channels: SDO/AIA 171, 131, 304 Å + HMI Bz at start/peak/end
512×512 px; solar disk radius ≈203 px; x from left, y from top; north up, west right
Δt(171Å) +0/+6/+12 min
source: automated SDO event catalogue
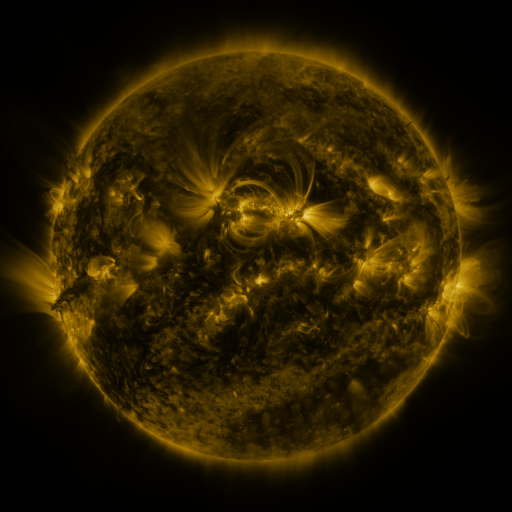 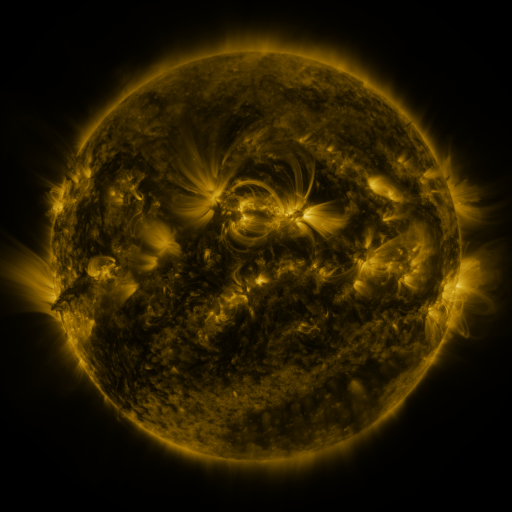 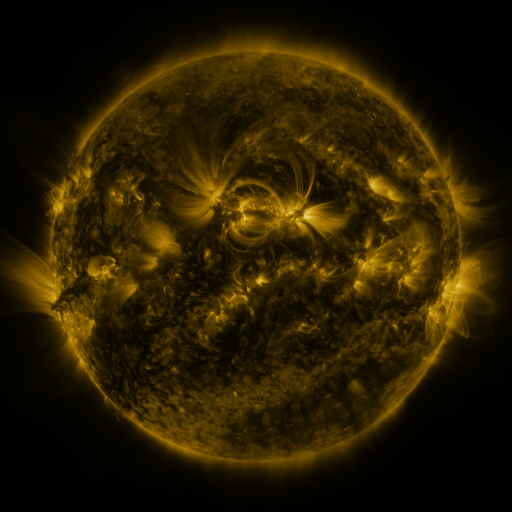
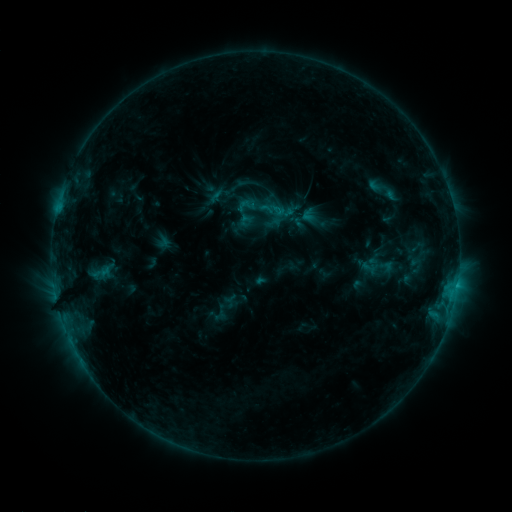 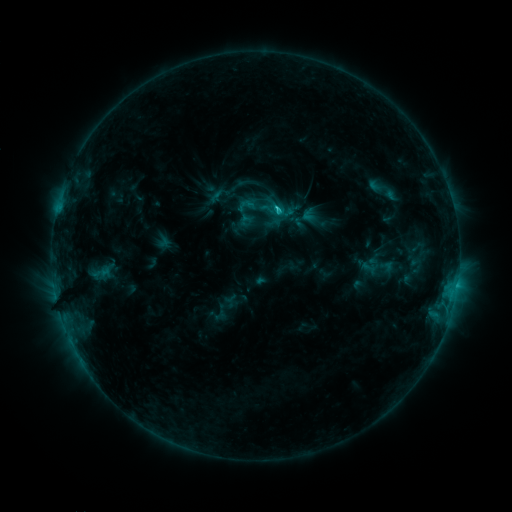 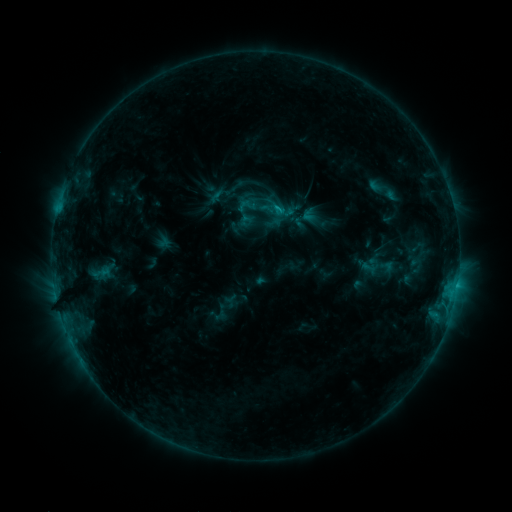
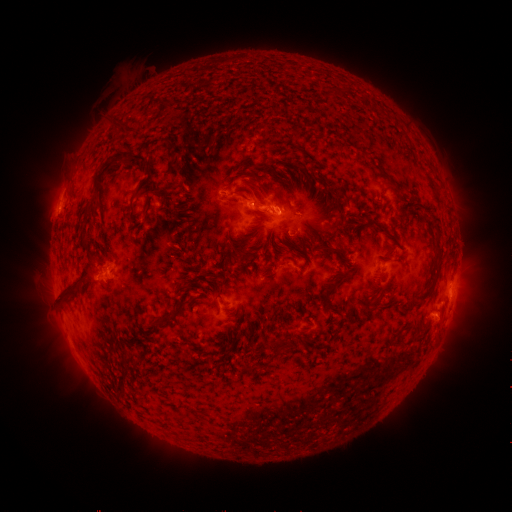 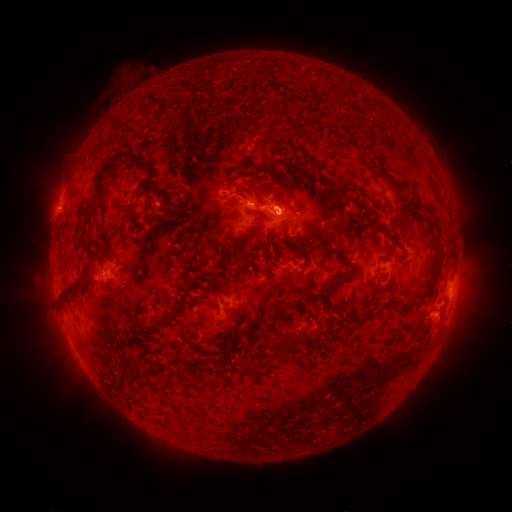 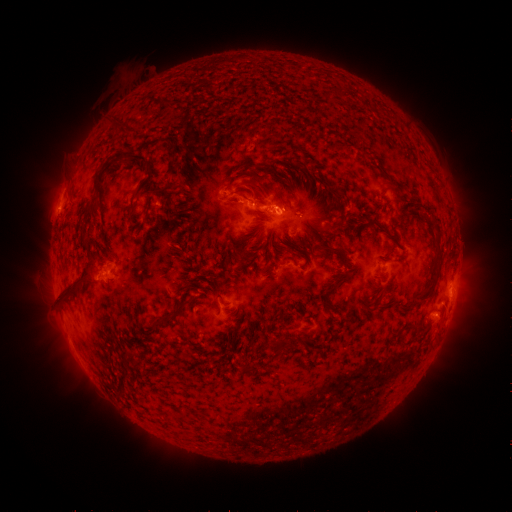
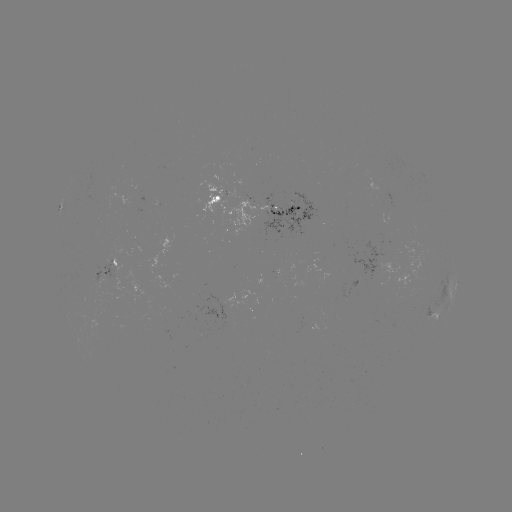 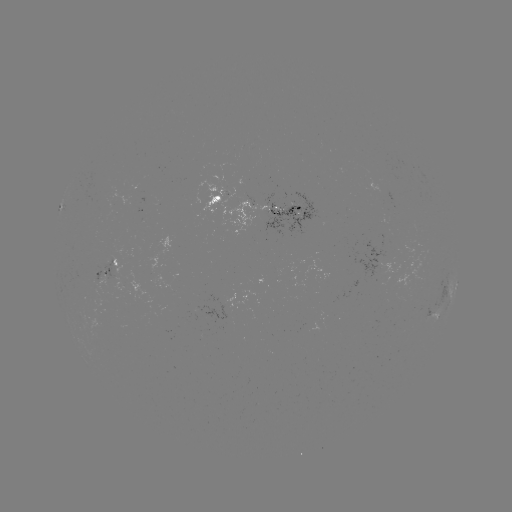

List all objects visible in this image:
C1.4 flare: (277, 209)
